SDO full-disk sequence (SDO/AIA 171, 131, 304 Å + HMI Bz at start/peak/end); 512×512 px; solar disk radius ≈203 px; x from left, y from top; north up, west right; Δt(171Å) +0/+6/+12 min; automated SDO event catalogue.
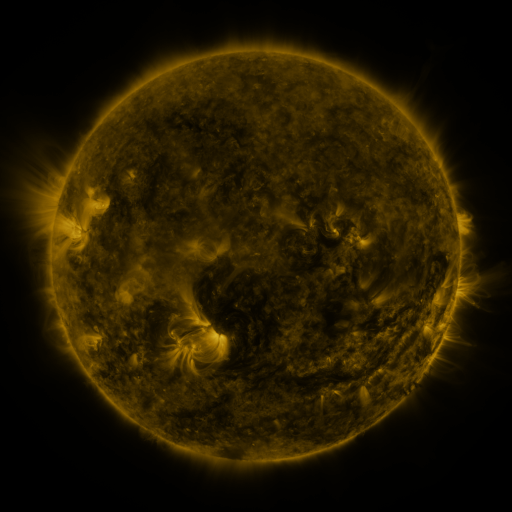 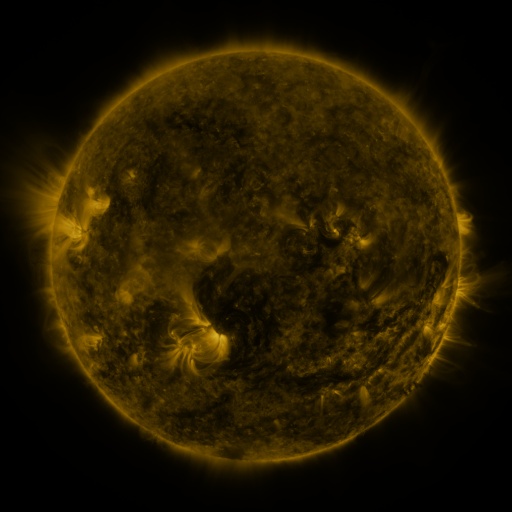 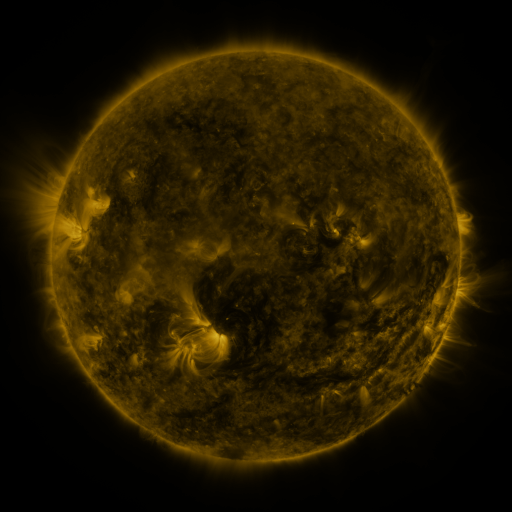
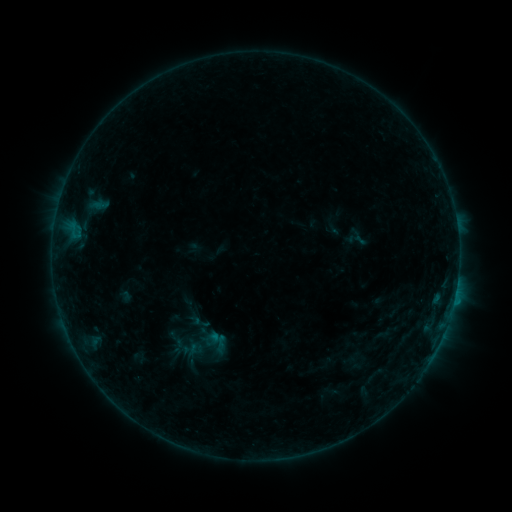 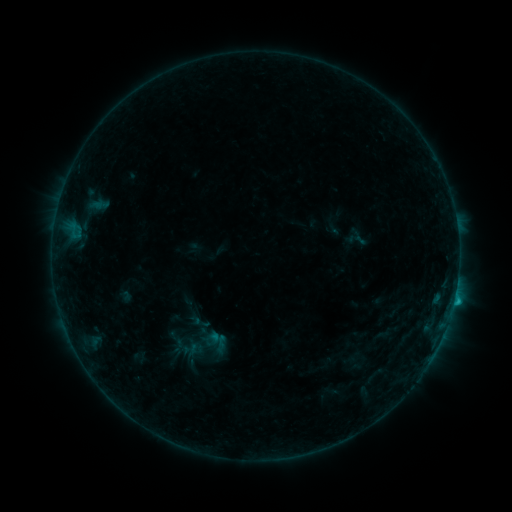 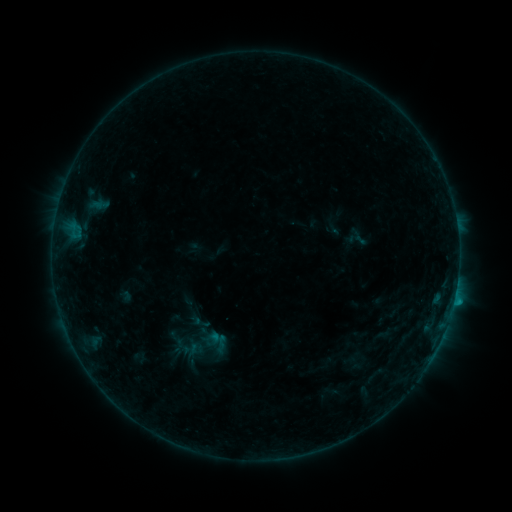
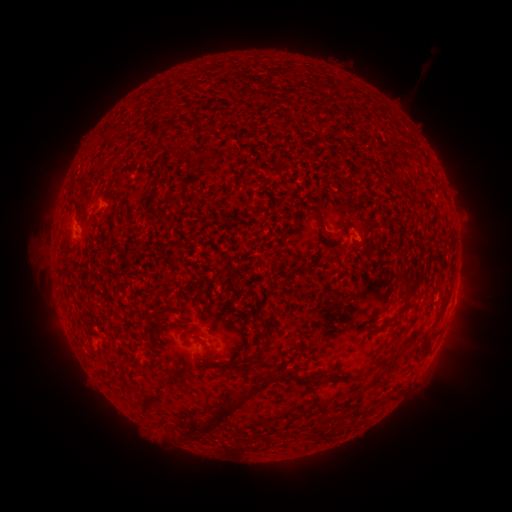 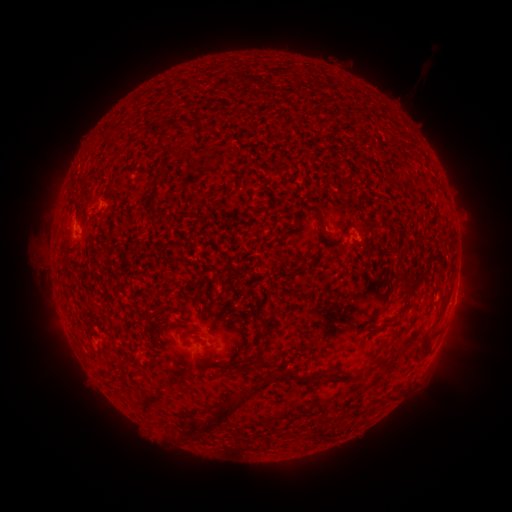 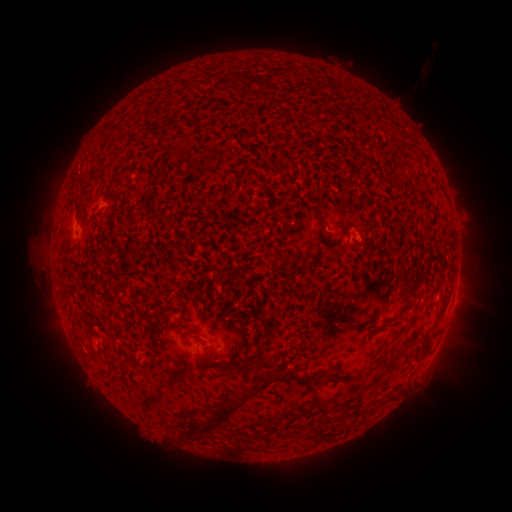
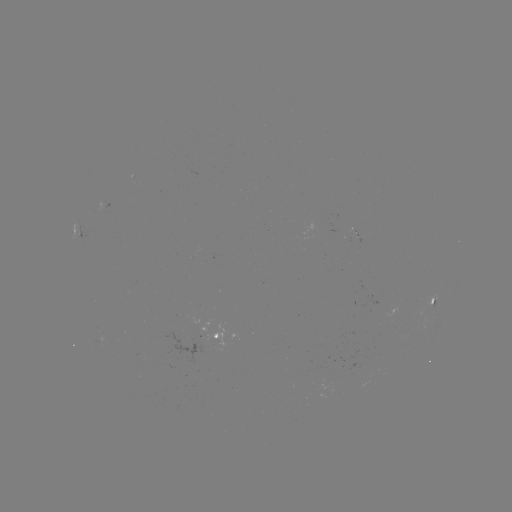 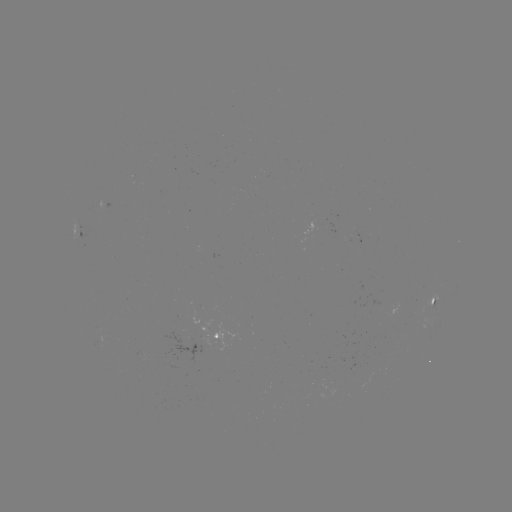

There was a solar flare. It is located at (454, 298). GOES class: B5.7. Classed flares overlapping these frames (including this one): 1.